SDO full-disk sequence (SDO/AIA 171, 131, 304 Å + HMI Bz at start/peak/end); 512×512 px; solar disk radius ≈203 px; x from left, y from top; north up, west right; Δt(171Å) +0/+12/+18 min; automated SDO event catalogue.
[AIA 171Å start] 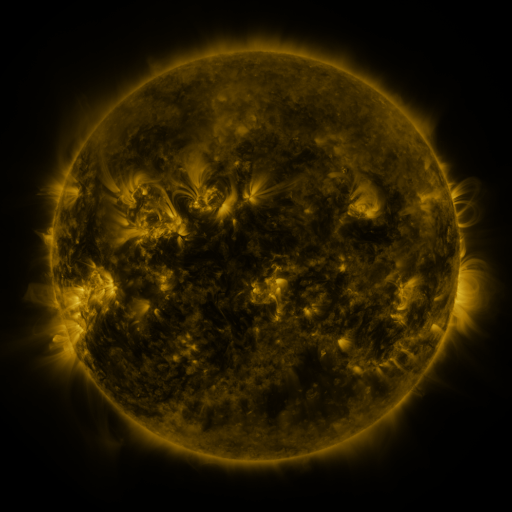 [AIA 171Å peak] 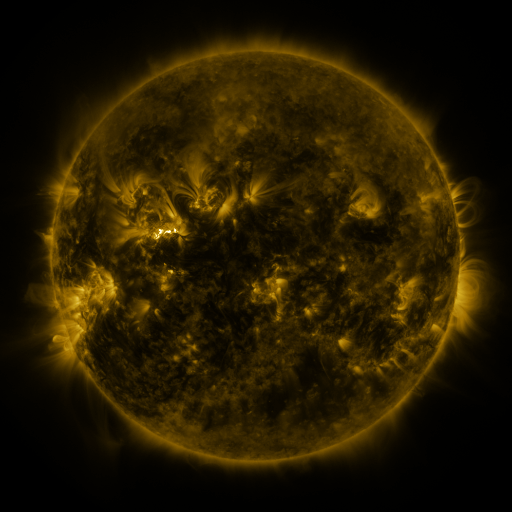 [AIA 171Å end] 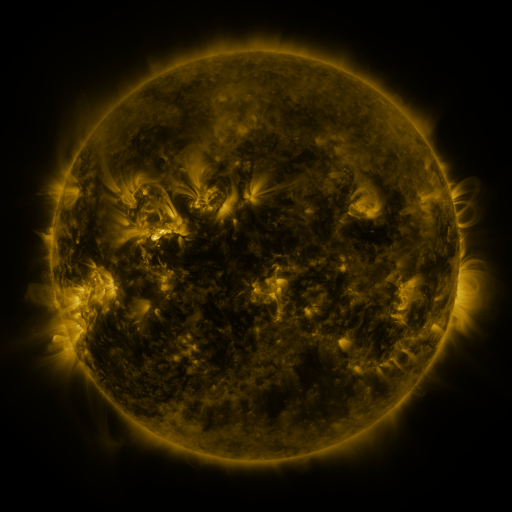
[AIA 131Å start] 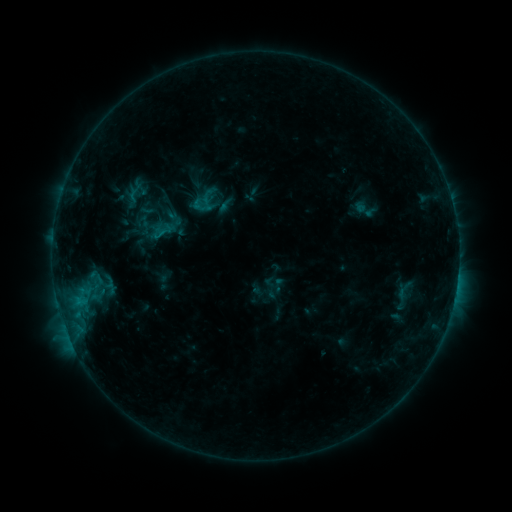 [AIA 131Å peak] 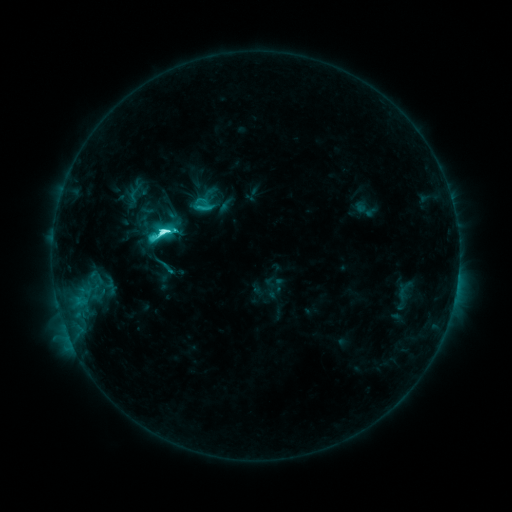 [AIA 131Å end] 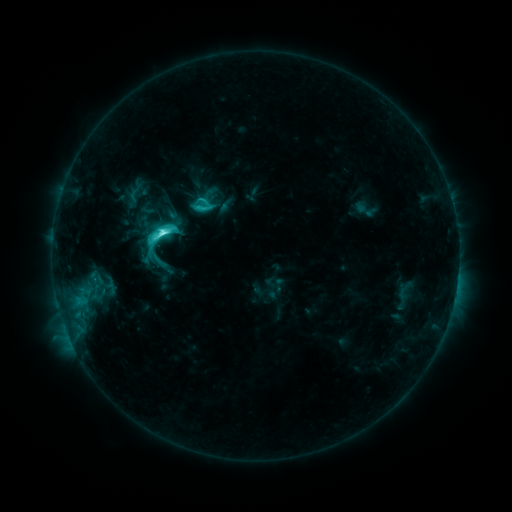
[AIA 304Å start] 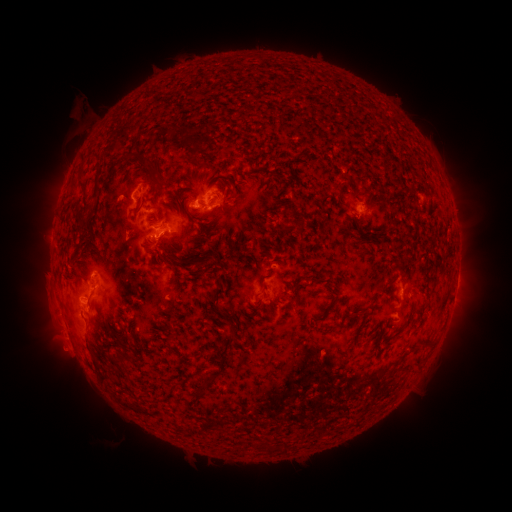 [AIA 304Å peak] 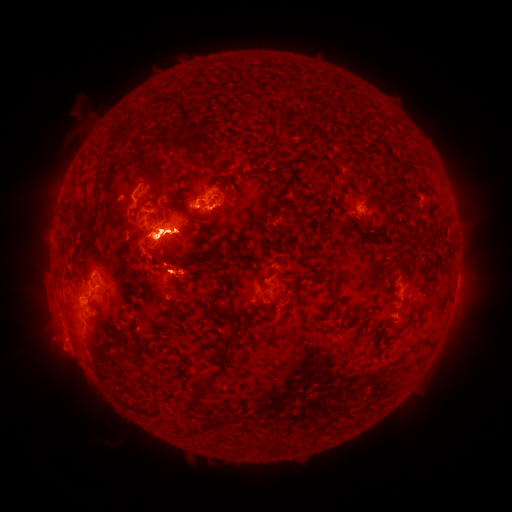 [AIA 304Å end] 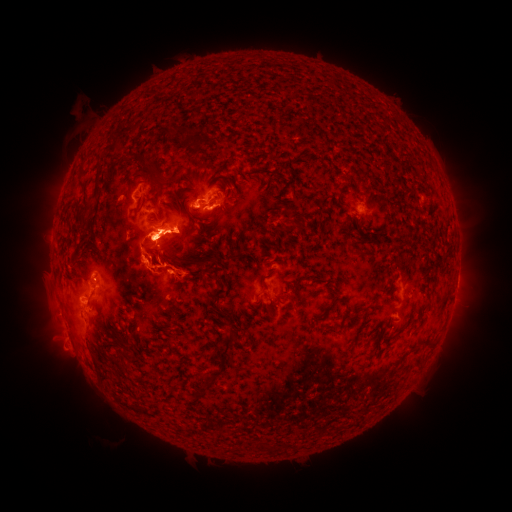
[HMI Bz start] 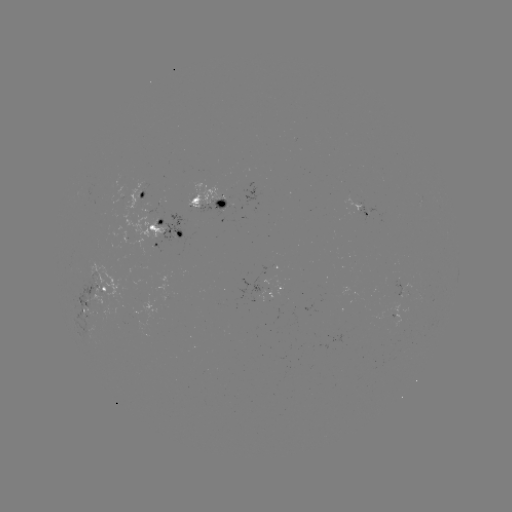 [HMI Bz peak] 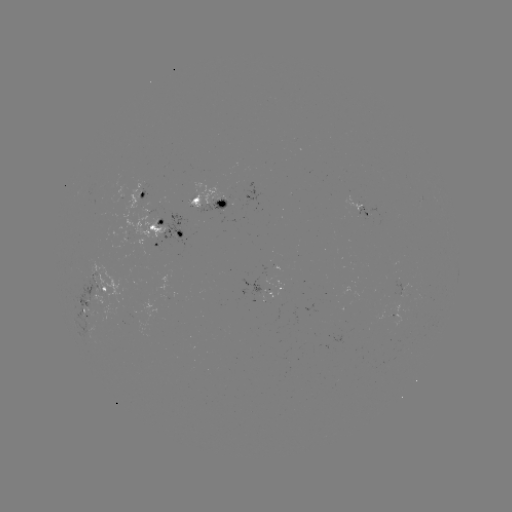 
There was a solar flare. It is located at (163, 235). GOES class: C8.7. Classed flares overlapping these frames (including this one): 1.